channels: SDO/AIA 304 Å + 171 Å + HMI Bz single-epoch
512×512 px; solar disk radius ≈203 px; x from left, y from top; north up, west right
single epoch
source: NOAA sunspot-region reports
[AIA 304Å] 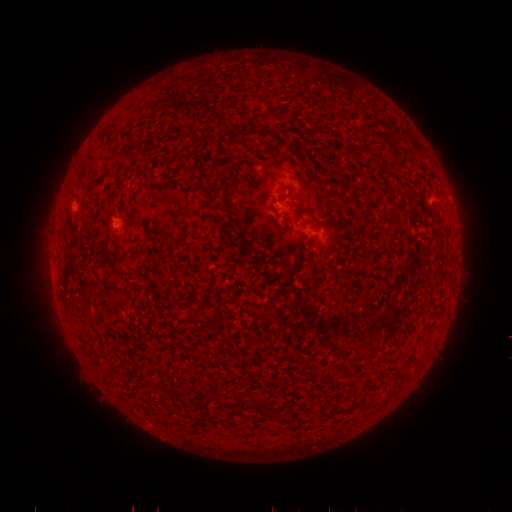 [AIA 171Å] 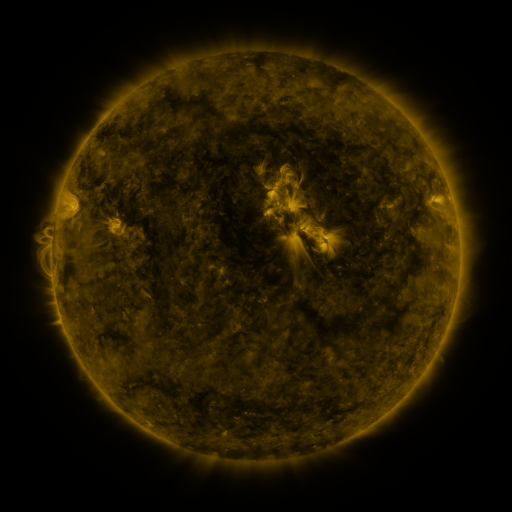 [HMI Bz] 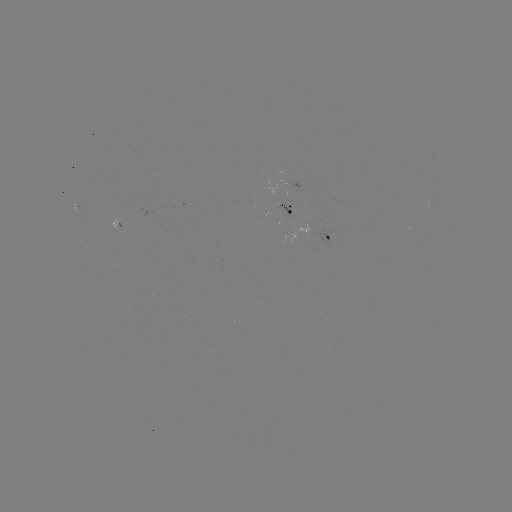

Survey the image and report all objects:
spotted active region: (294, 210)
spotted active region: (325, 239)
